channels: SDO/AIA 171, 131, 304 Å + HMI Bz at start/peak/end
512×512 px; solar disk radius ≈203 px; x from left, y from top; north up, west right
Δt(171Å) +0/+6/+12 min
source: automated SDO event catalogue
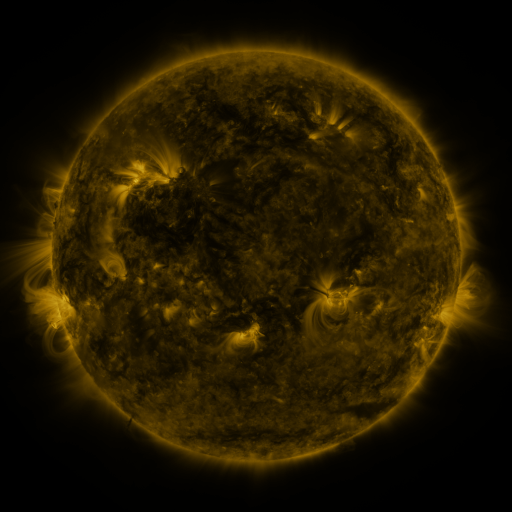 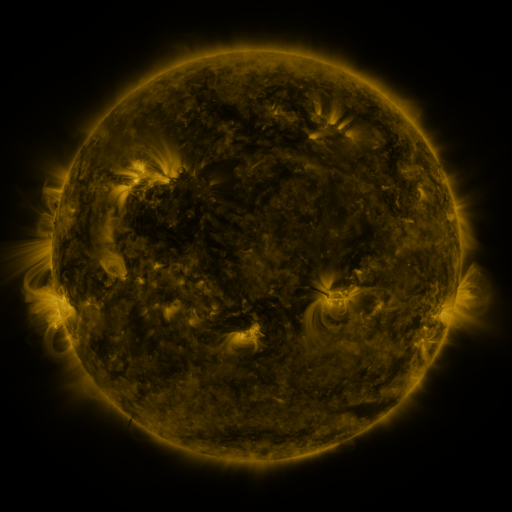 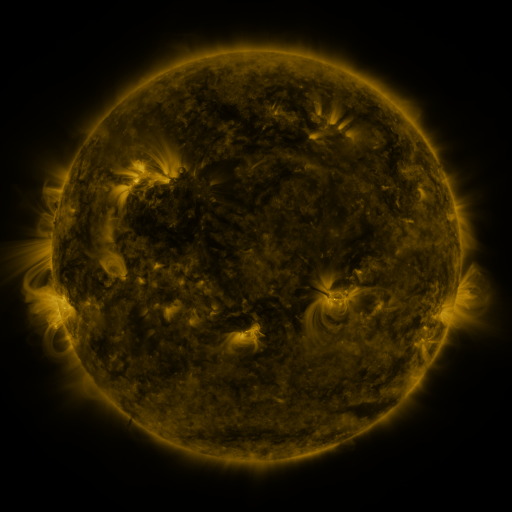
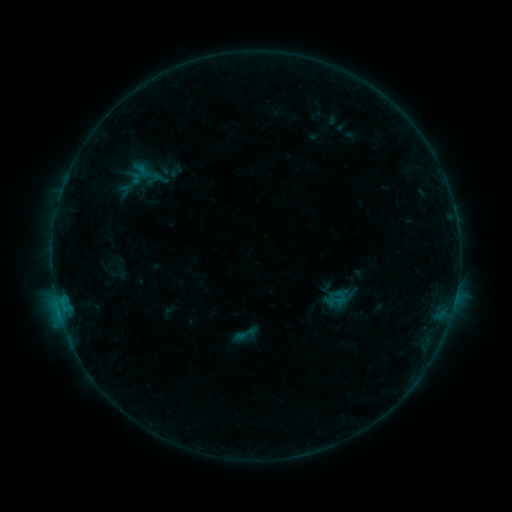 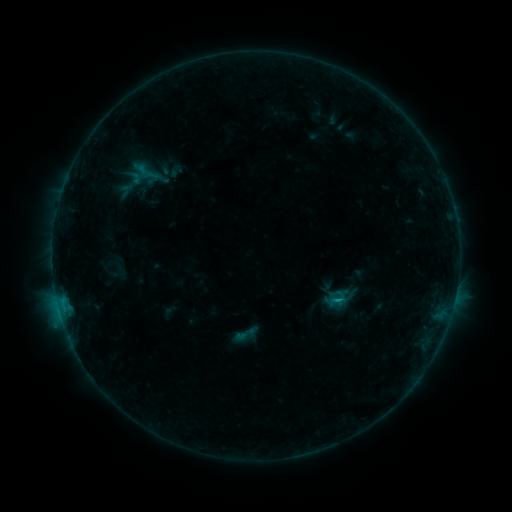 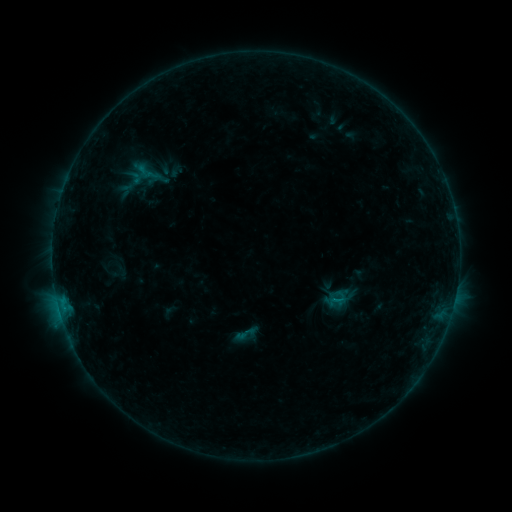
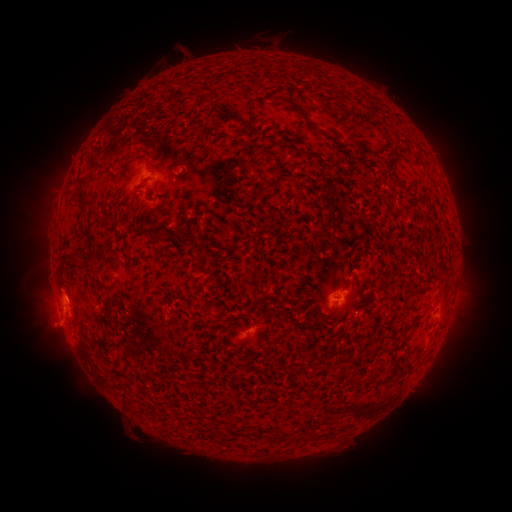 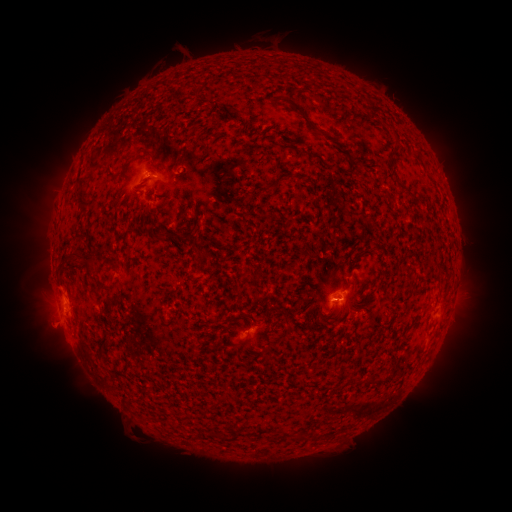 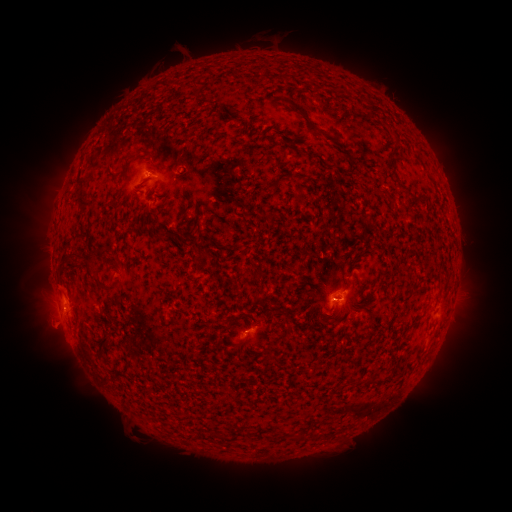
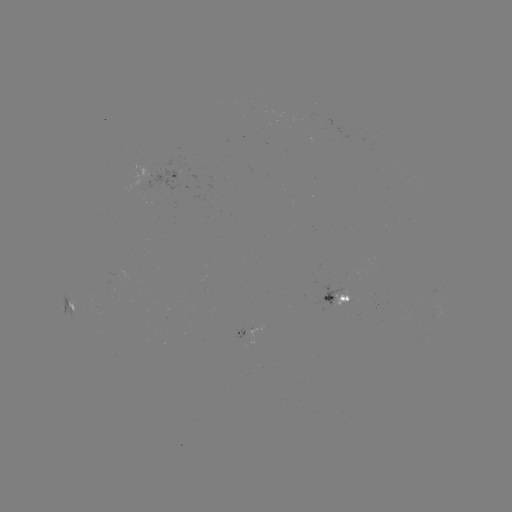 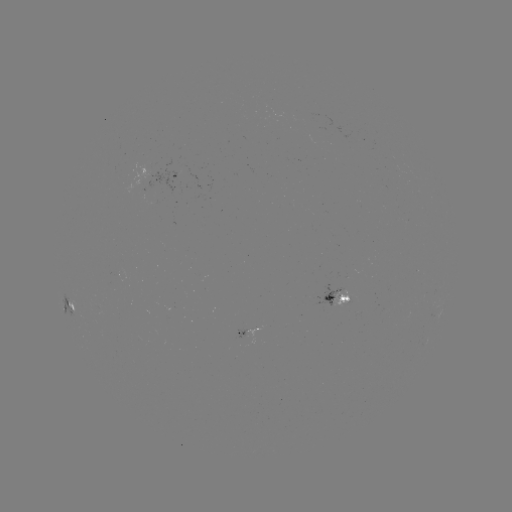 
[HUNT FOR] B5.7 flare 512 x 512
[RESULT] (337, 299)